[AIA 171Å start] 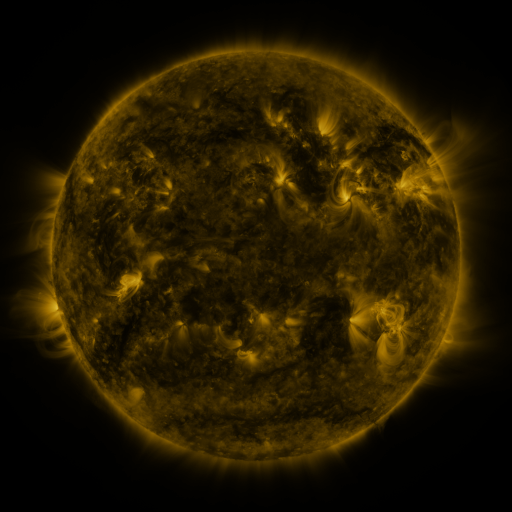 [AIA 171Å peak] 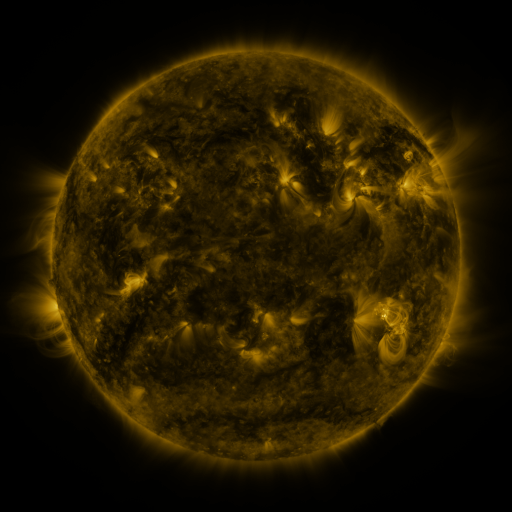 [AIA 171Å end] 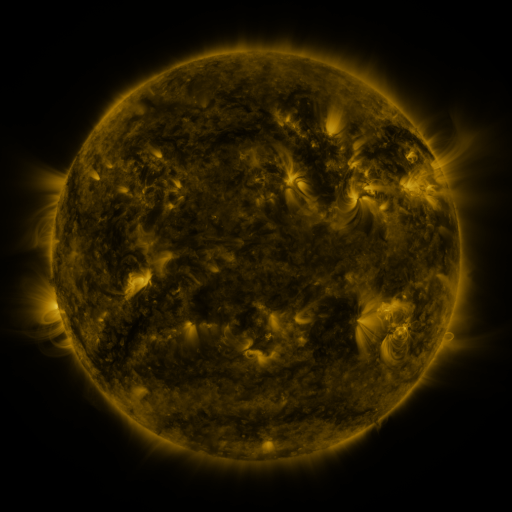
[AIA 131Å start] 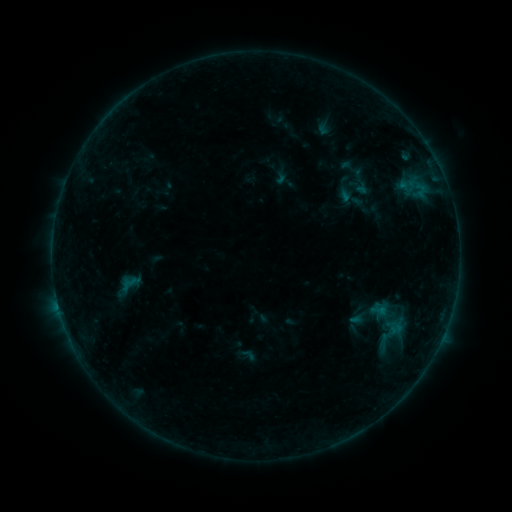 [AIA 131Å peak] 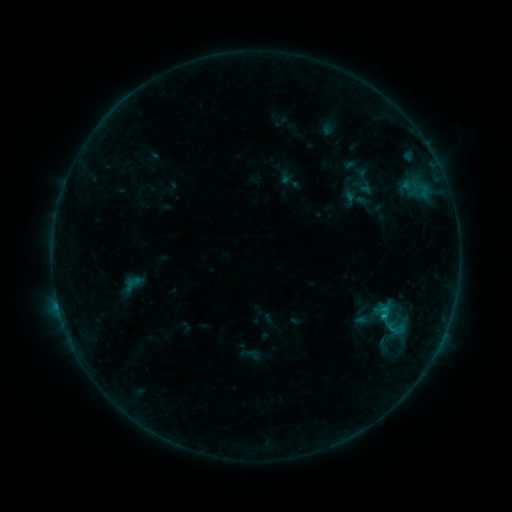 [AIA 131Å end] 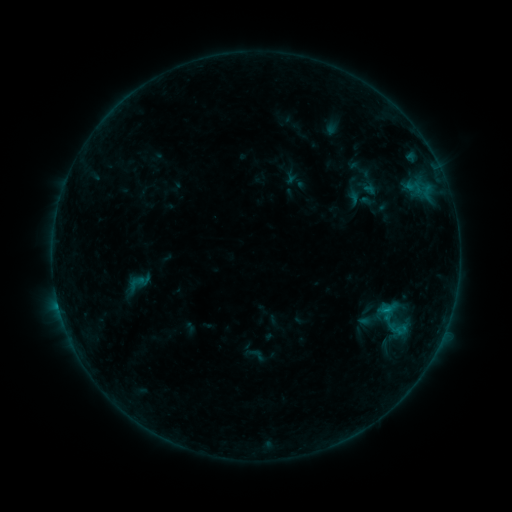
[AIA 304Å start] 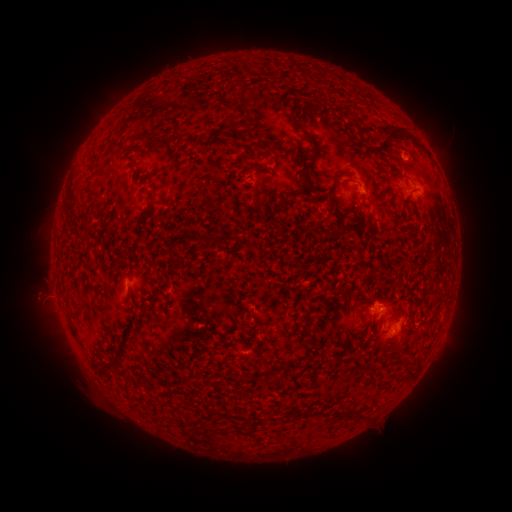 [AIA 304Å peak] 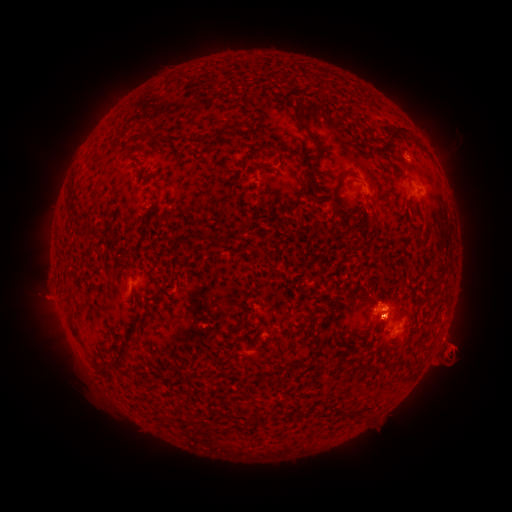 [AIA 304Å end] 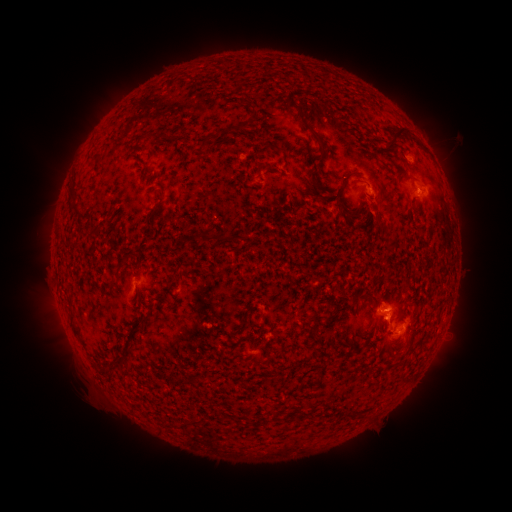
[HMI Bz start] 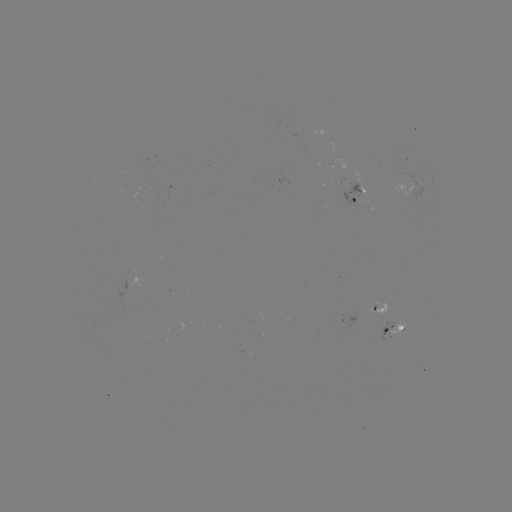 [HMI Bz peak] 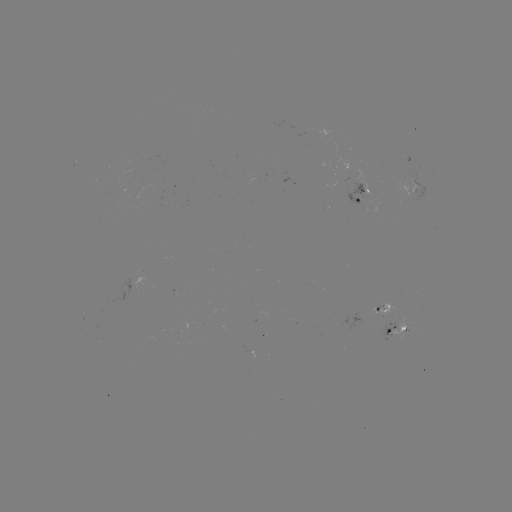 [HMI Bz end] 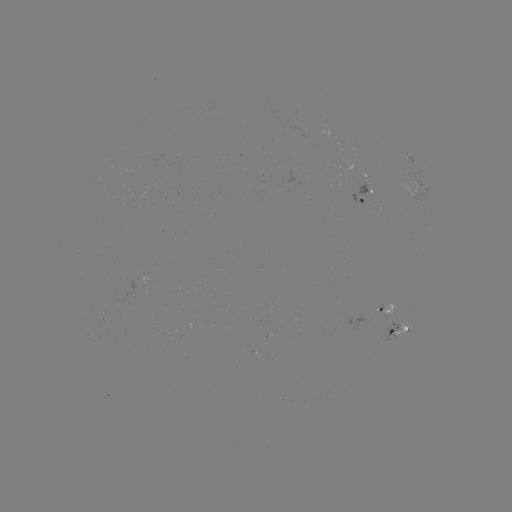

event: filament eruption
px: (400, 346)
